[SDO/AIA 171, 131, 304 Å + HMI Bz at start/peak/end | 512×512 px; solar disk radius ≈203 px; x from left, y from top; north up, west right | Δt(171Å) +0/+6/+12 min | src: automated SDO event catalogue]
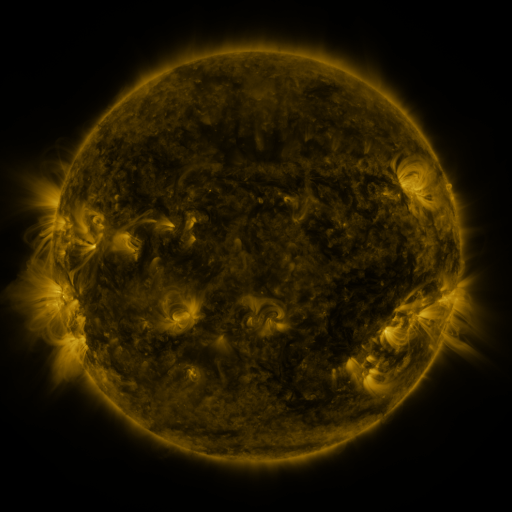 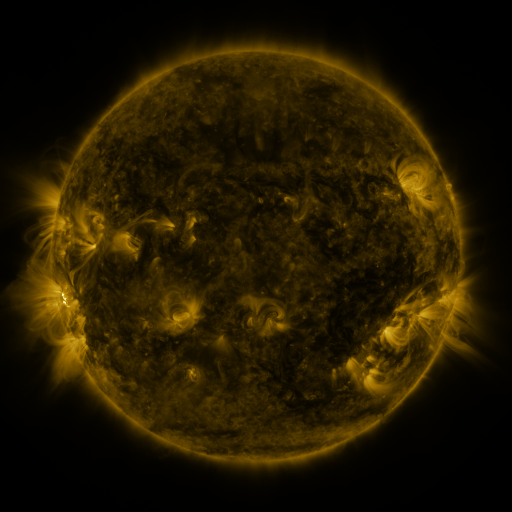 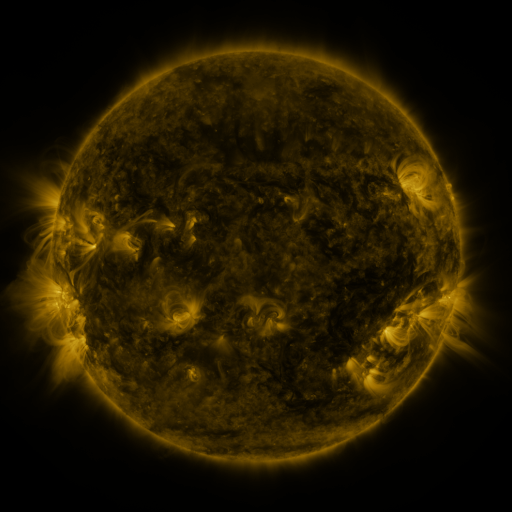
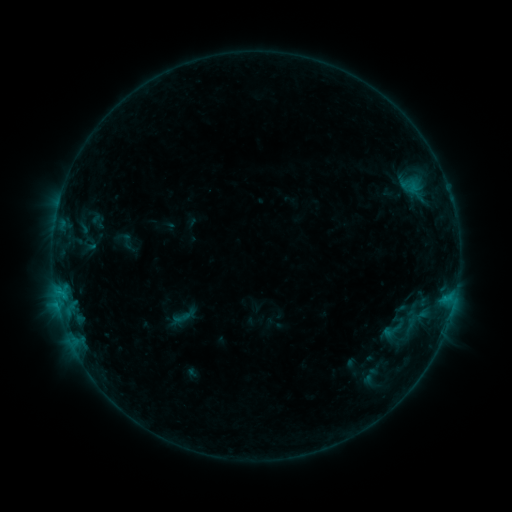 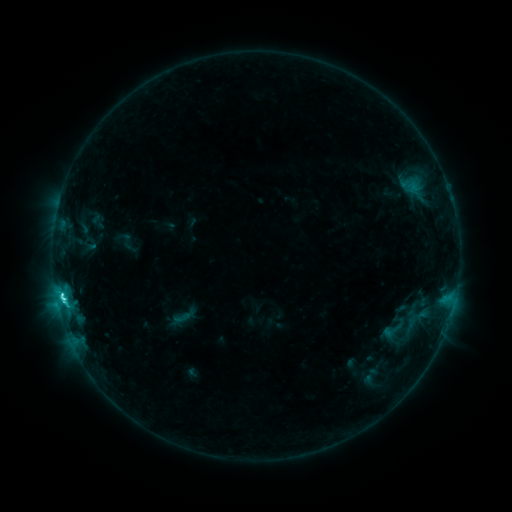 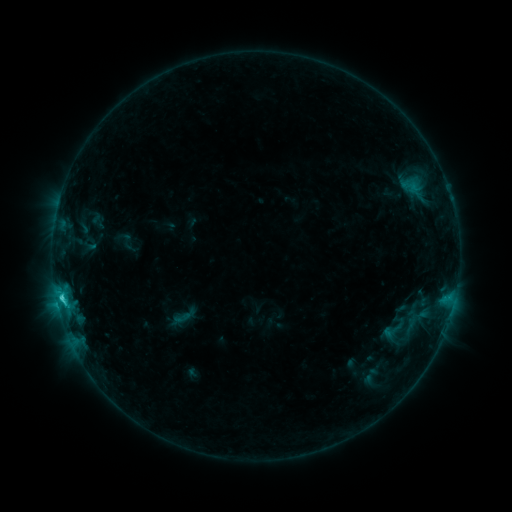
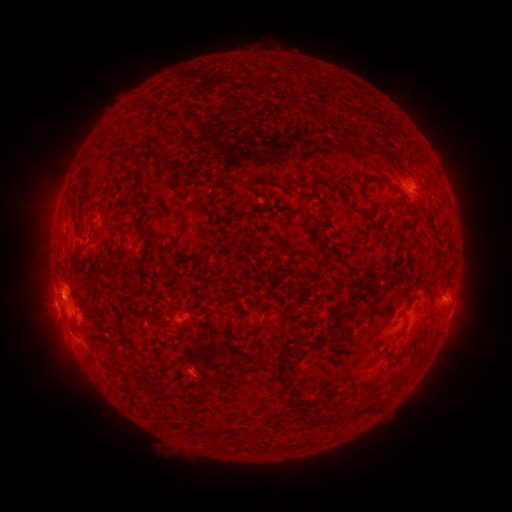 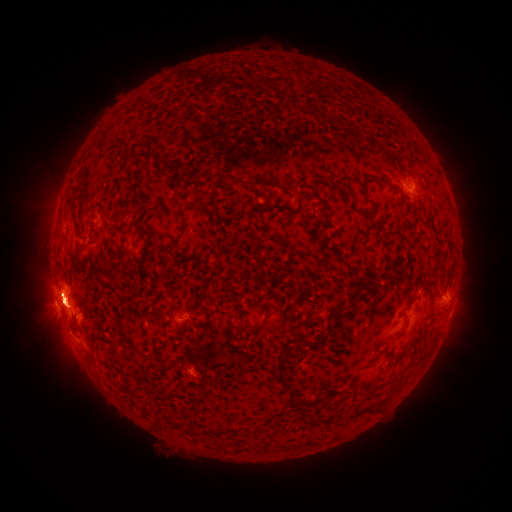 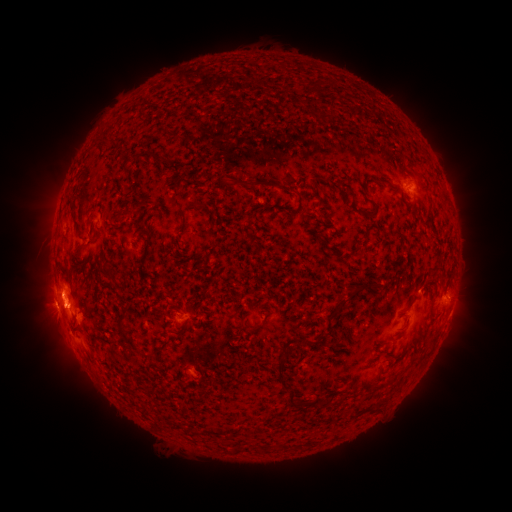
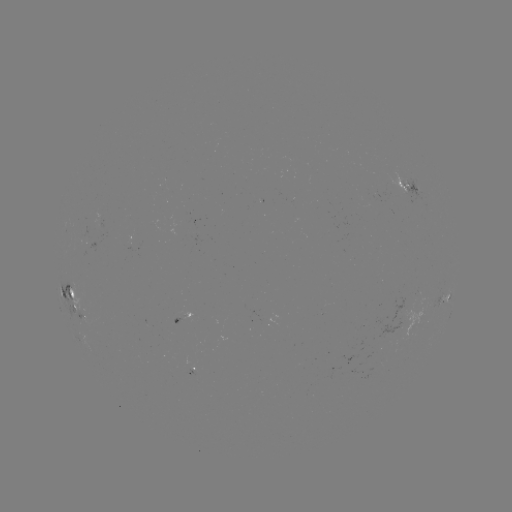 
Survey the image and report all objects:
C7.1 flare: (62, 294)
